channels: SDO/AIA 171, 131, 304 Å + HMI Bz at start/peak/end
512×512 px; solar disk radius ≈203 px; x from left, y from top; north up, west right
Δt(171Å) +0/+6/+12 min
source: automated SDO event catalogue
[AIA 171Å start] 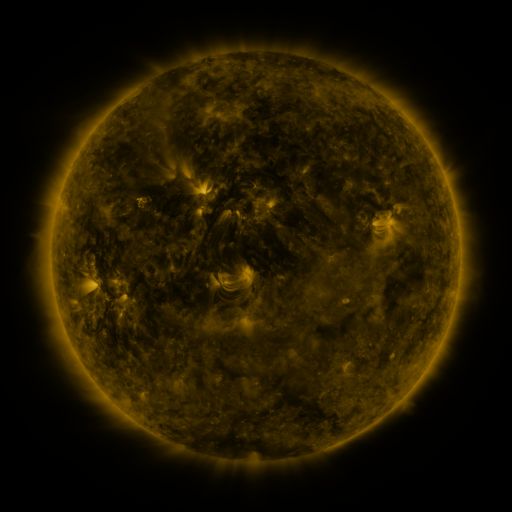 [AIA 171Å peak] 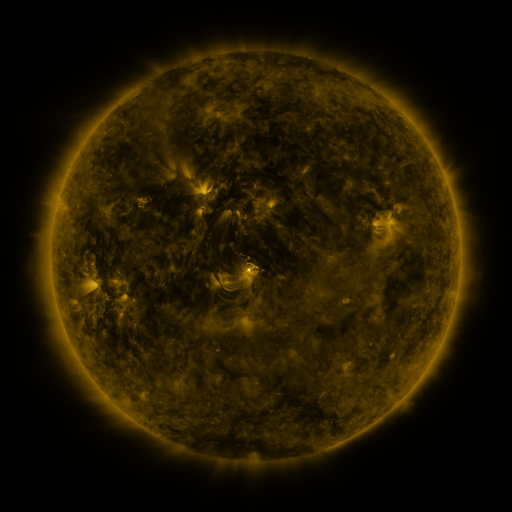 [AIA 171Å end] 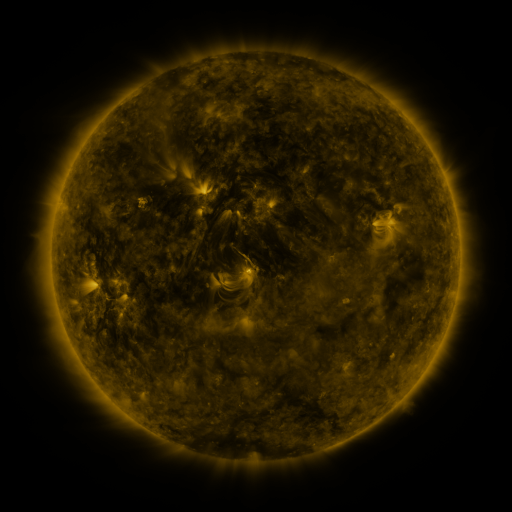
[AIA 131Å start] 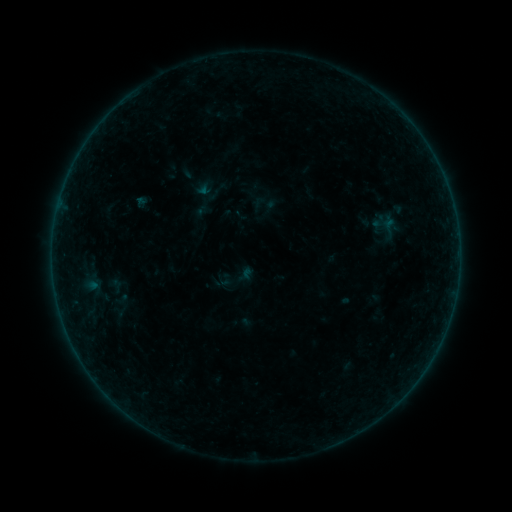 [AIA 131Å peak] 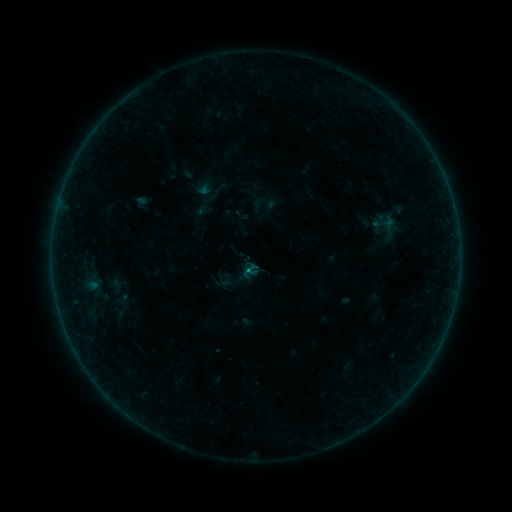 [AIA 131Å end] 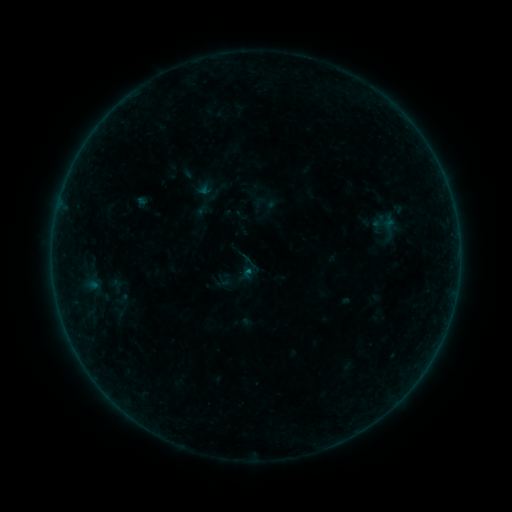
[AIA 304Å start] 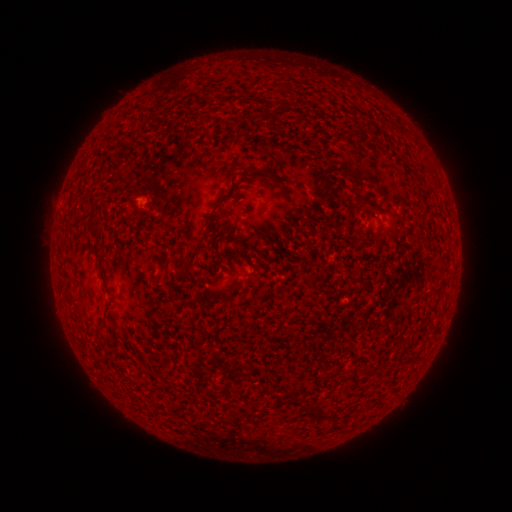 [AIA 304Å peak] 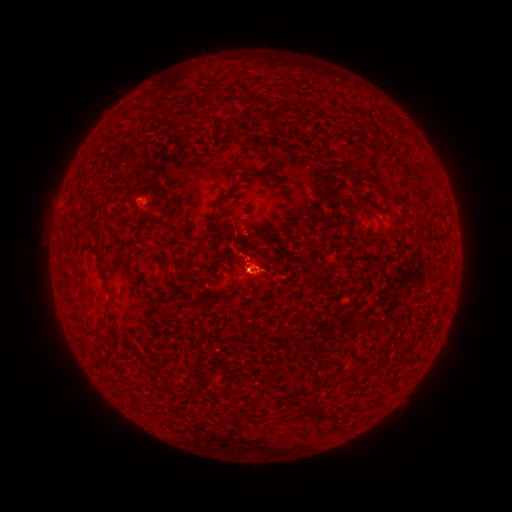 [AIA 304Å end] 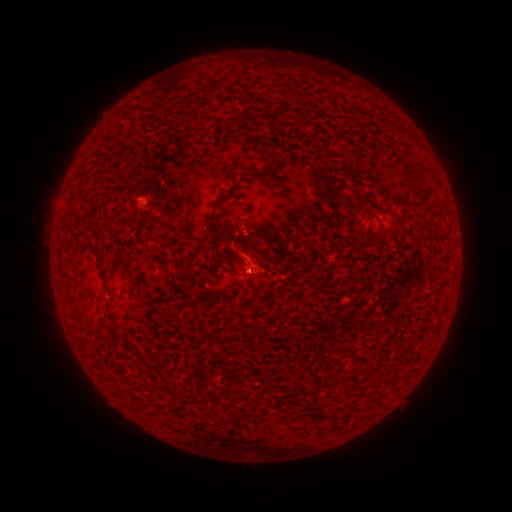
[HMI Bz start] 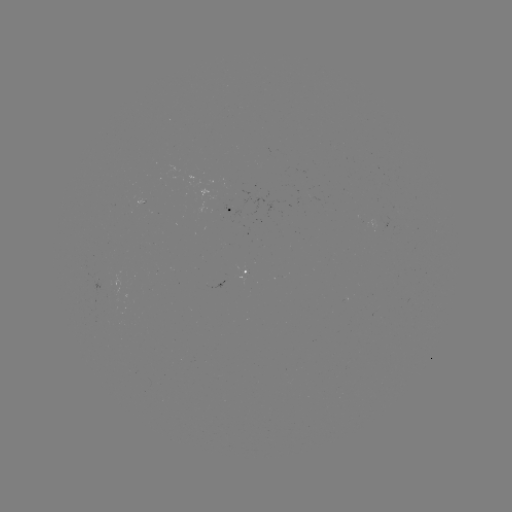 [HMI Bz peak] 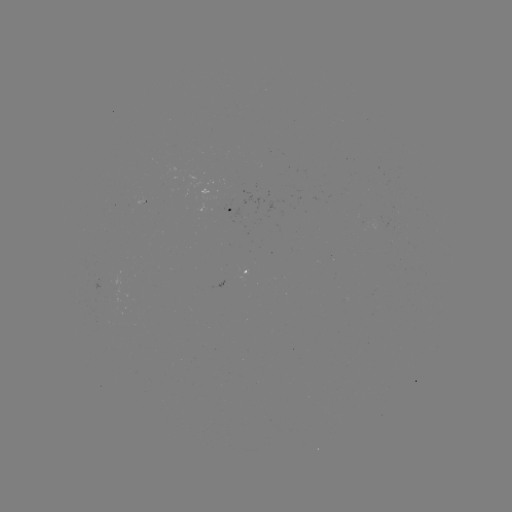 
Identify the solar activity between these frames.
B1.4 flare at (248, 270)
